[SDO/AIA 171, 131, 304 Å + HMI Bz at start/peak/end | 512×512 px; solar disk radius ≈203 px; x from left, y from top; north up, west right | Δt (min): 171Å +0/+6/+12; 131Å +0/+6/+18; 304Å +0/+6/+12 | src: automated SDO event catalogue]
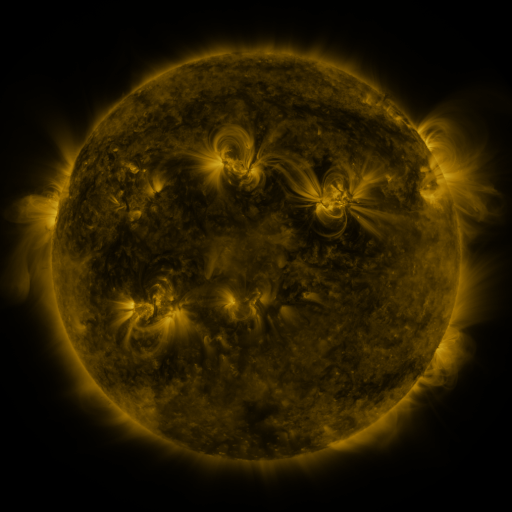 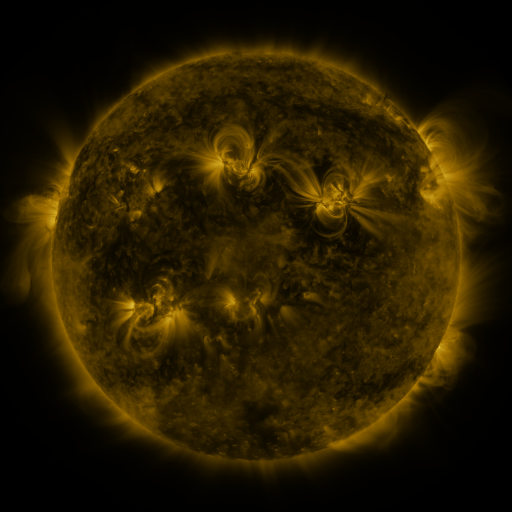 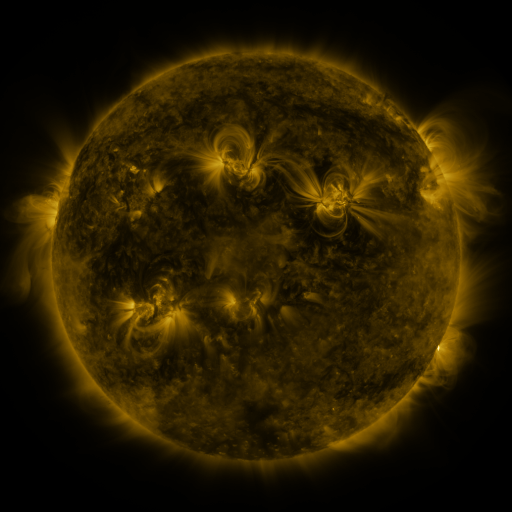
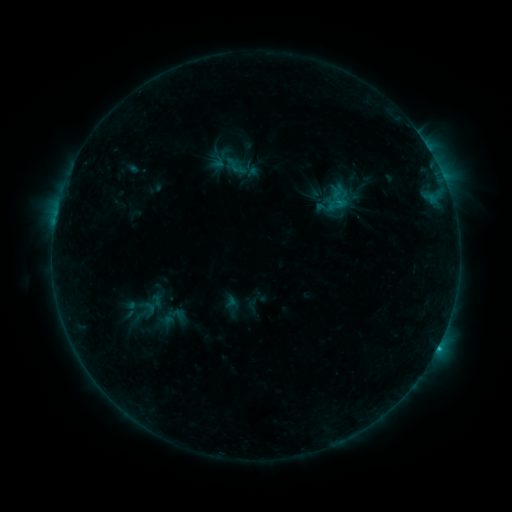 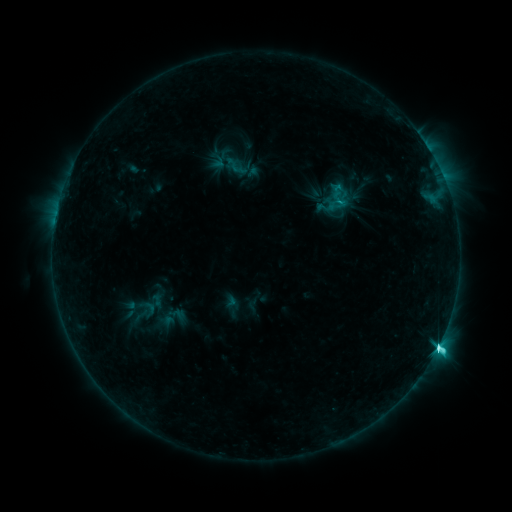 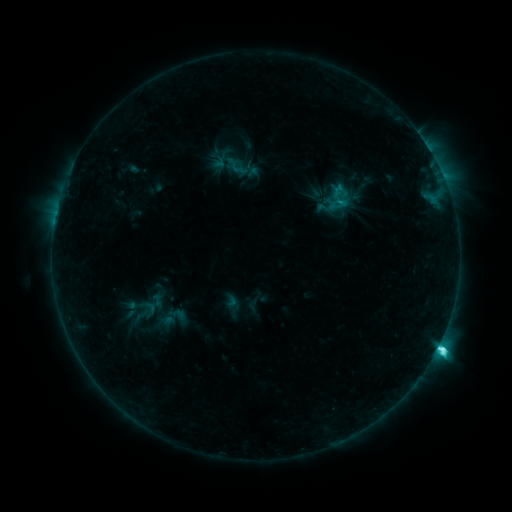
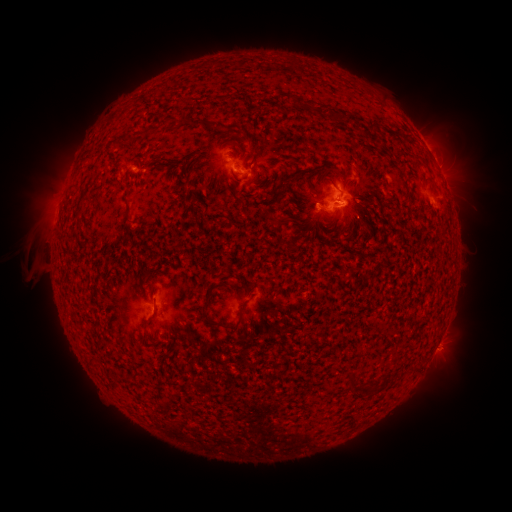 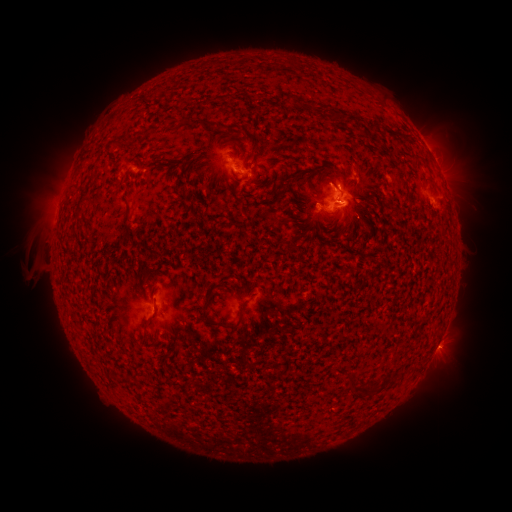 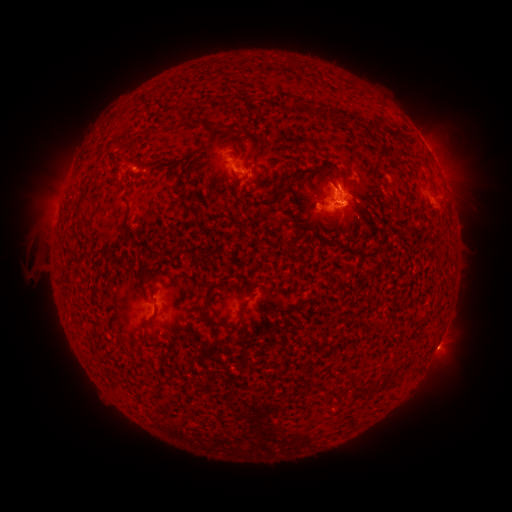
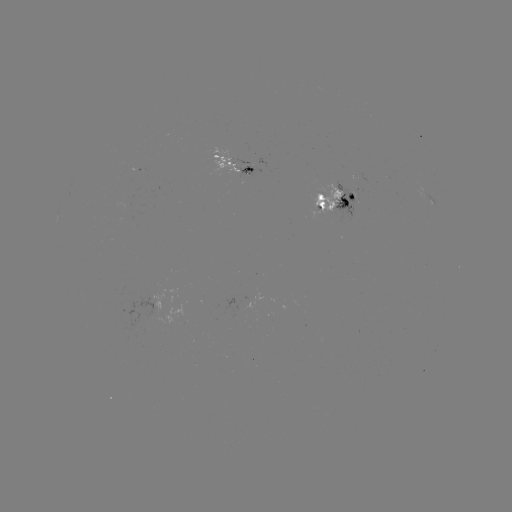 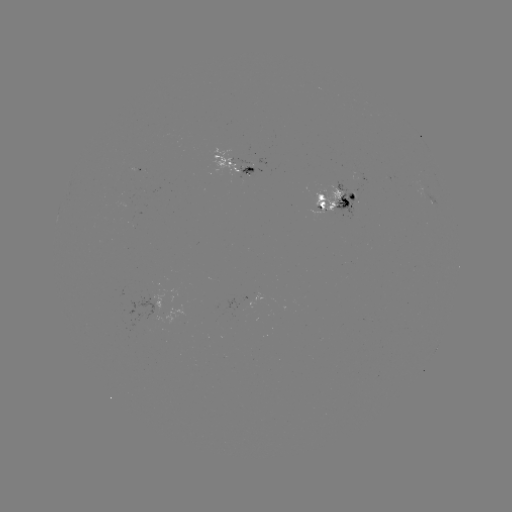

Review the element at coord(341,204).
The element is M1.1 flare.